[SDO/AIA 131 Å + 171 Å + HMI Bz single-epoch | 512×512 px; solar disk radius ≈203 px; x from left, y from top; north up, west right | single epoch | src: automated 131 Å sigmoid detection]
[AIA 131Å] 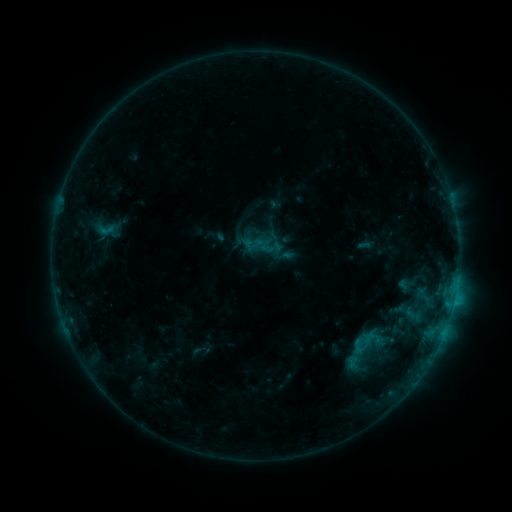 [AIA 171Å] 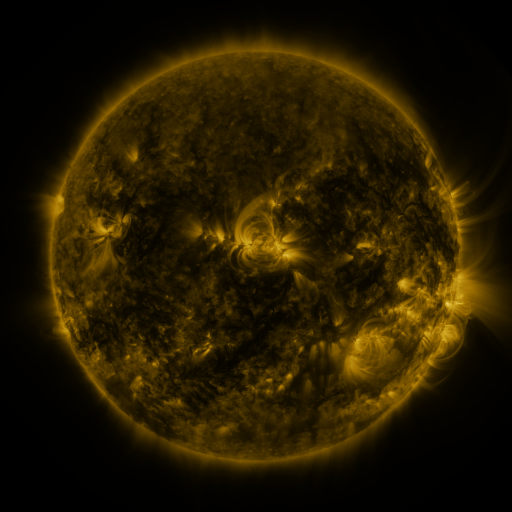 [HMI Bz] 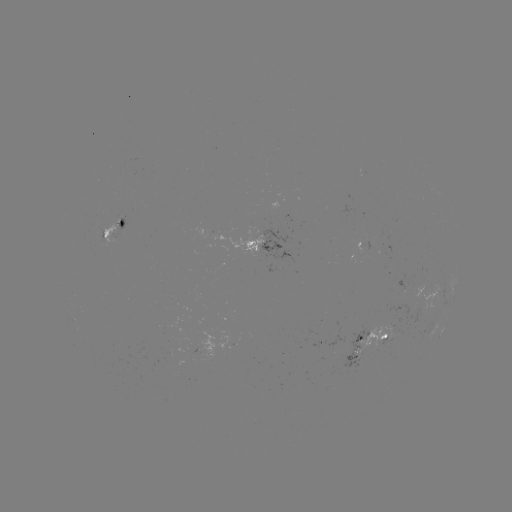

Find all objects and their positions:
sigmoid: (106, 229)
sigmoid: (365, 349)
